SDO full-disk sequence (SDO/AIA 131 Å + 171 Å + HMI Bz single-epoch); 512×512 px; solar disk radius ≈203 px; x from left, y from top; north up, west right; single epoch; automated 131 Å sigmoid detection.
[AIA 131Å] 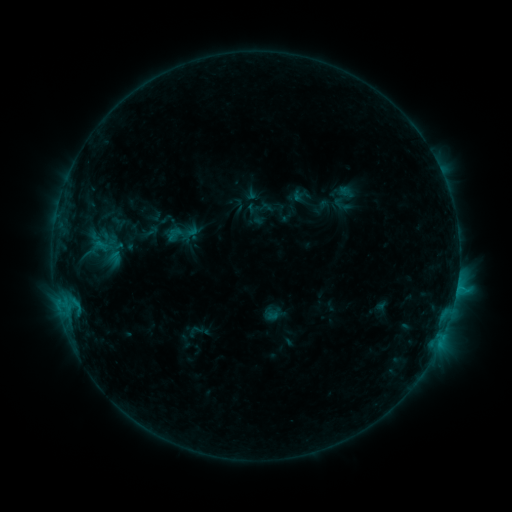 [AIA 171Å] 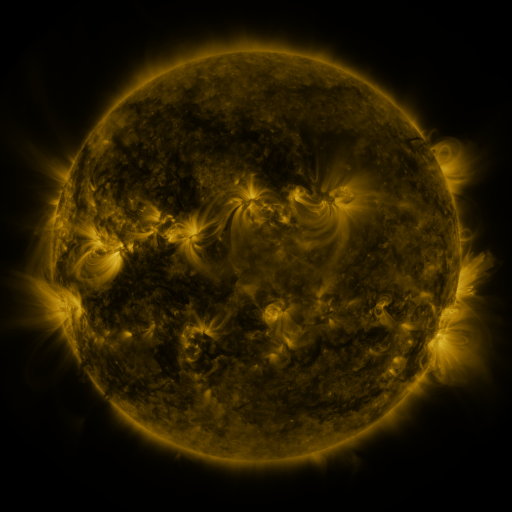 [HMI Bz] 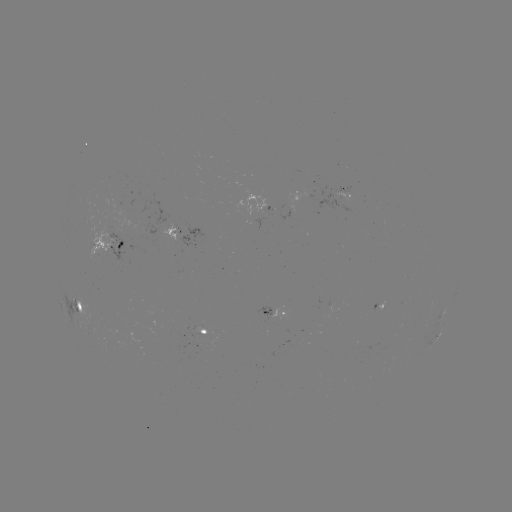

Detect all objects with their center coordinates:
sigmoid: (181, 233)
